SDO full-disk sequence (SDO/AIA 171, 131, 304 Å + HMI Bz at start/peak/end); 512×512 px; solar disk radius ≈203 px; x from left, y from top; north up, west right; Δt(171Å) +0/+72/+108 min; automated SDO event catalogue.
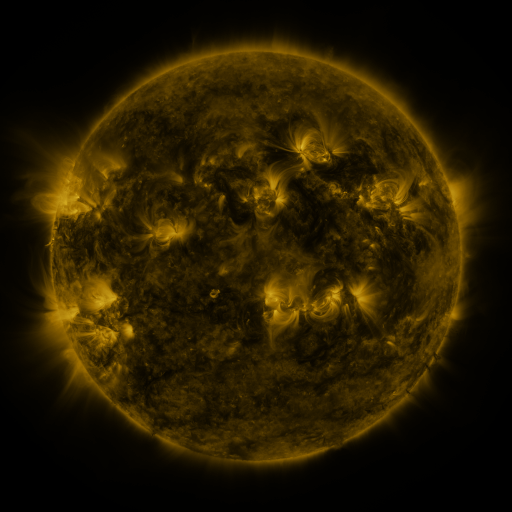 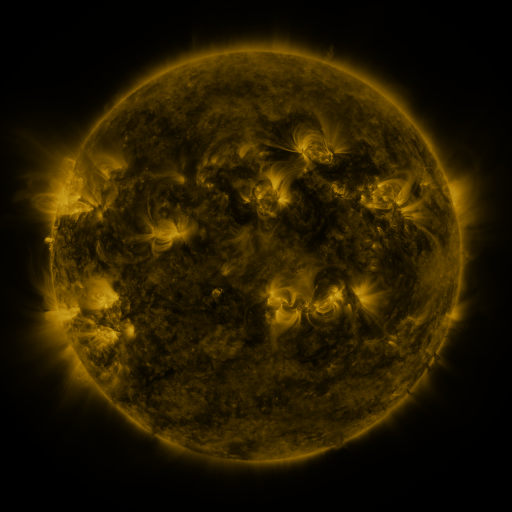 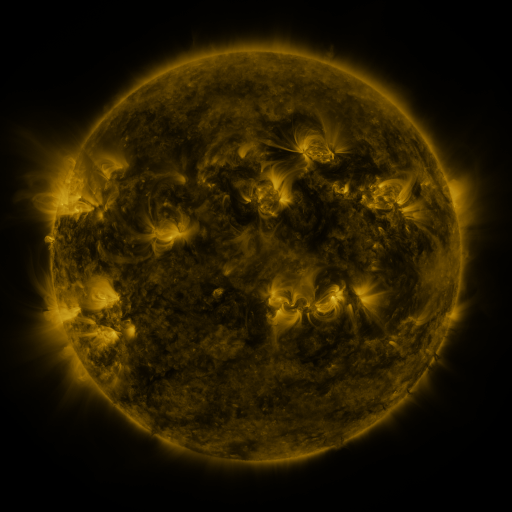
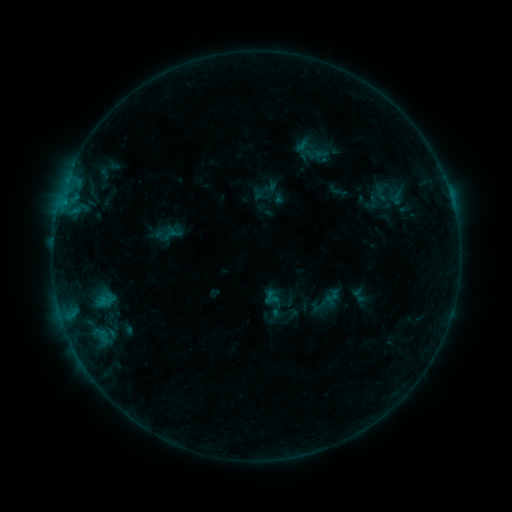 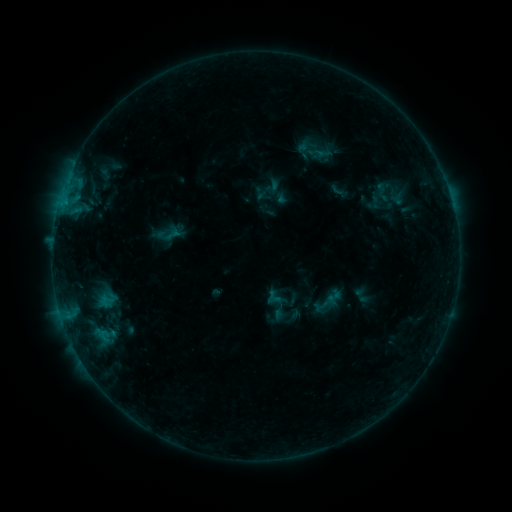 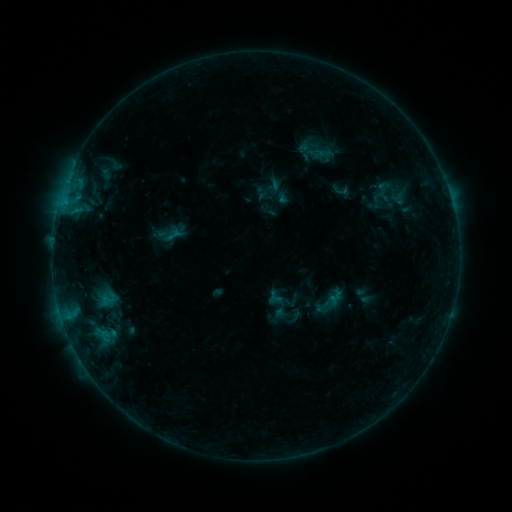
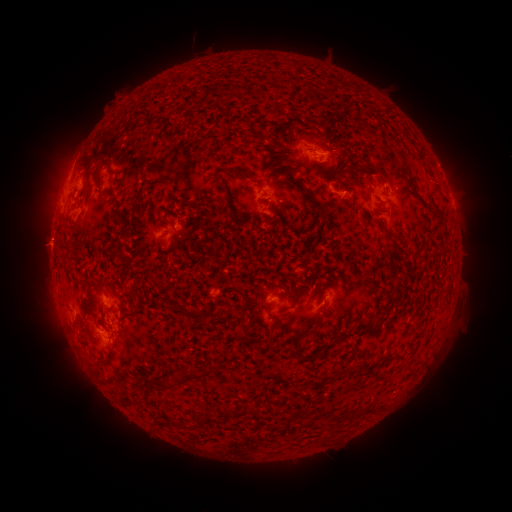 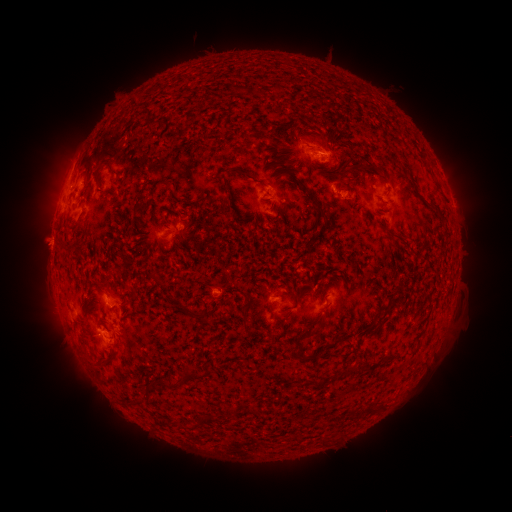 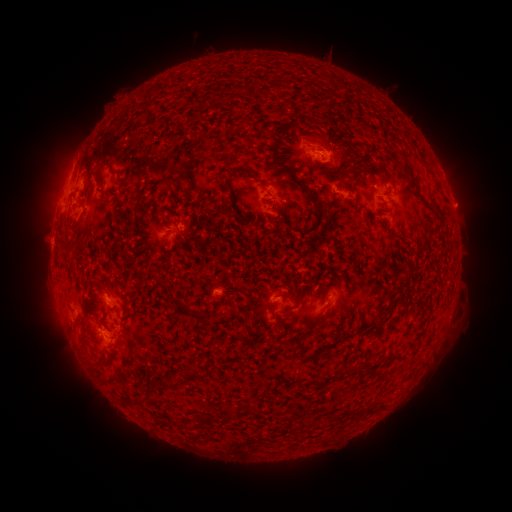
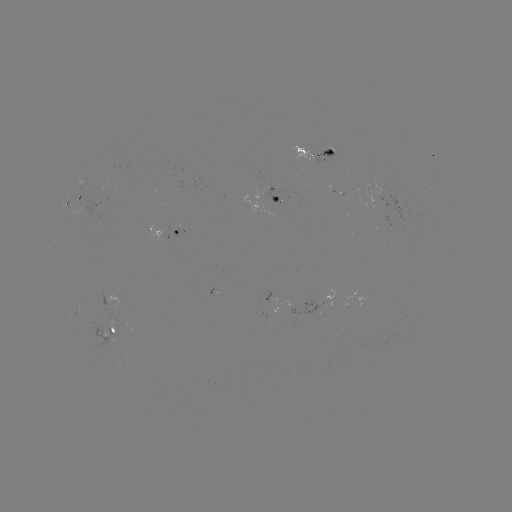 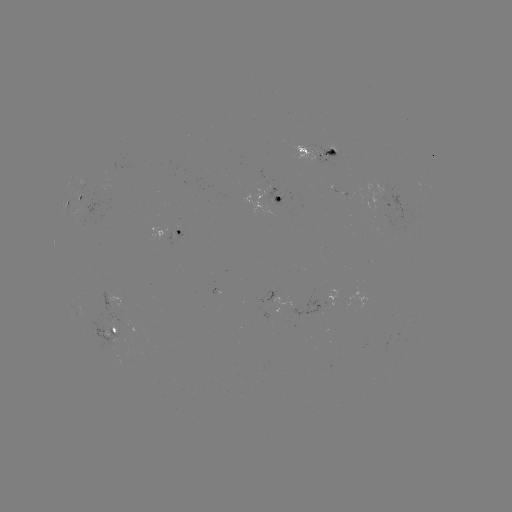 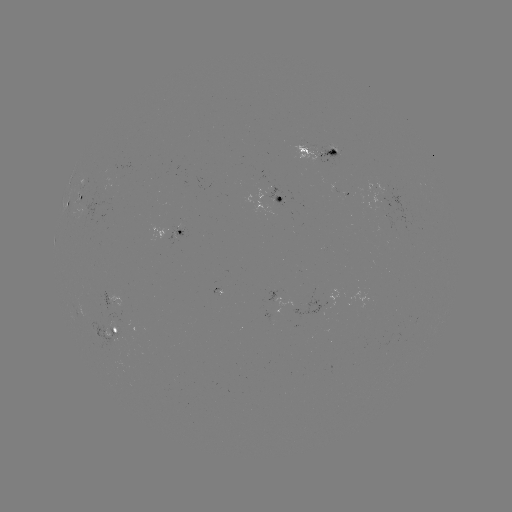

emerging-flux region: [314, 147, 337, 161]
